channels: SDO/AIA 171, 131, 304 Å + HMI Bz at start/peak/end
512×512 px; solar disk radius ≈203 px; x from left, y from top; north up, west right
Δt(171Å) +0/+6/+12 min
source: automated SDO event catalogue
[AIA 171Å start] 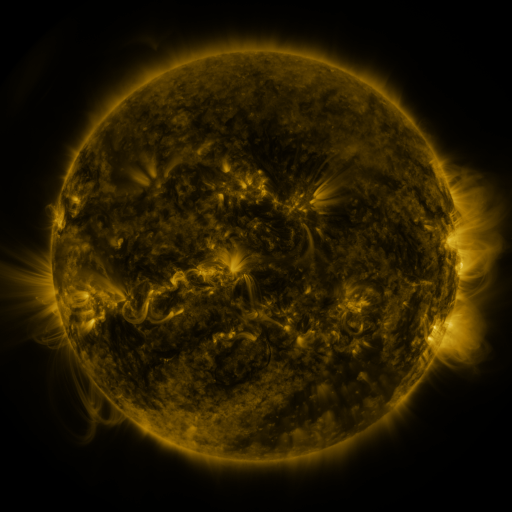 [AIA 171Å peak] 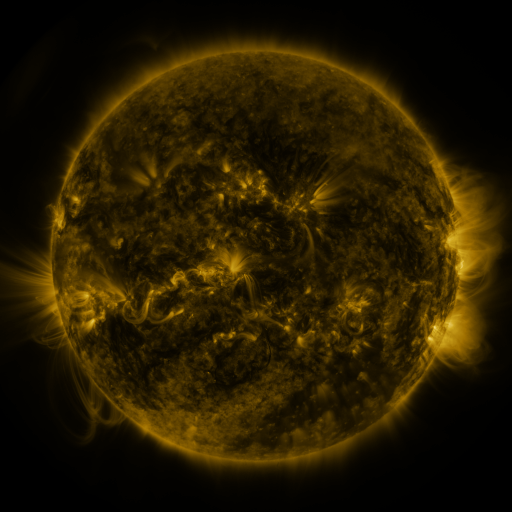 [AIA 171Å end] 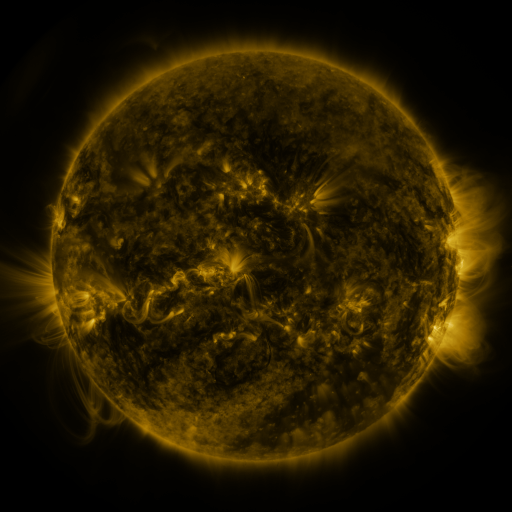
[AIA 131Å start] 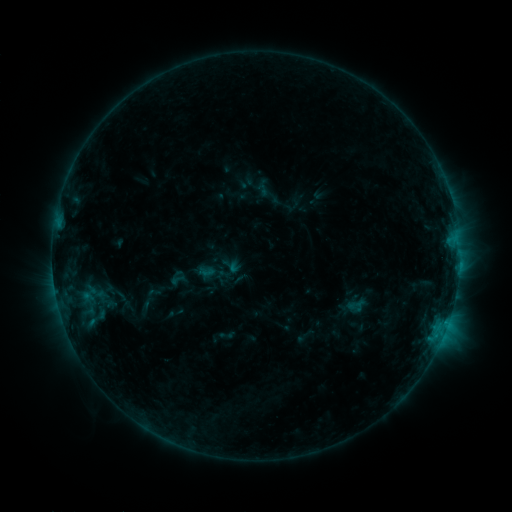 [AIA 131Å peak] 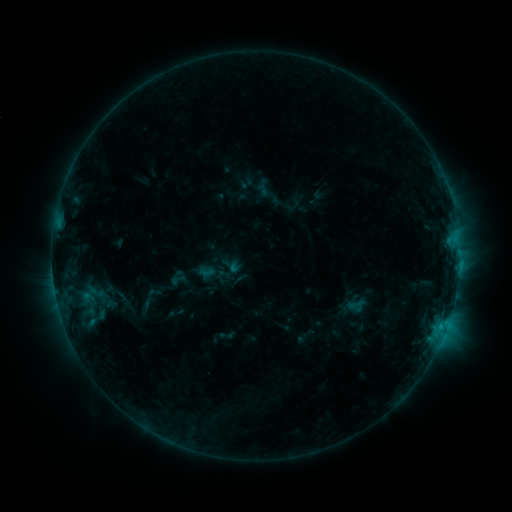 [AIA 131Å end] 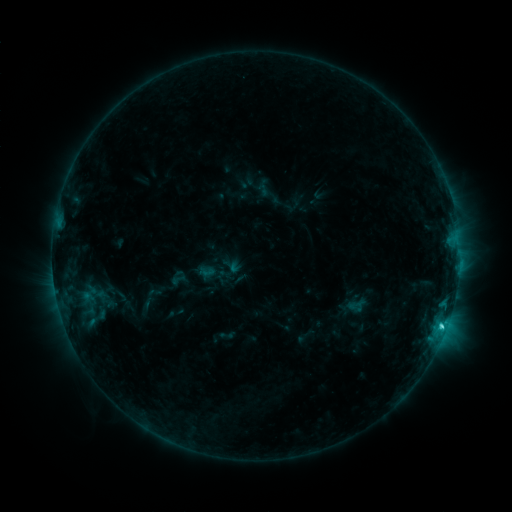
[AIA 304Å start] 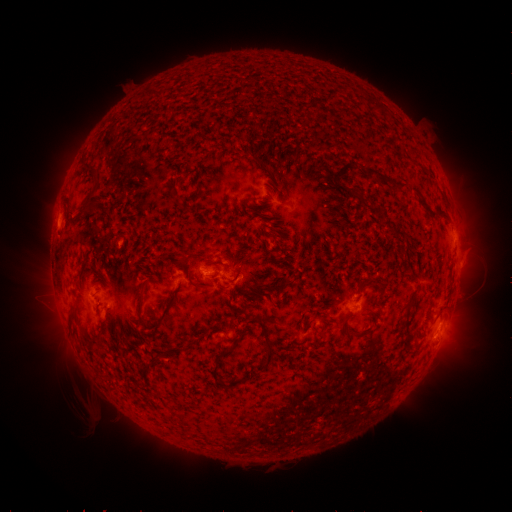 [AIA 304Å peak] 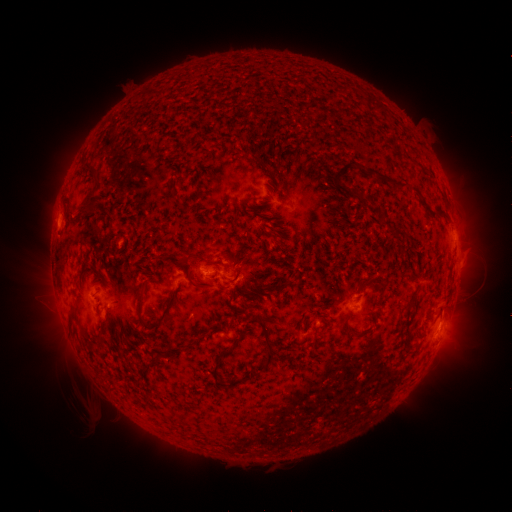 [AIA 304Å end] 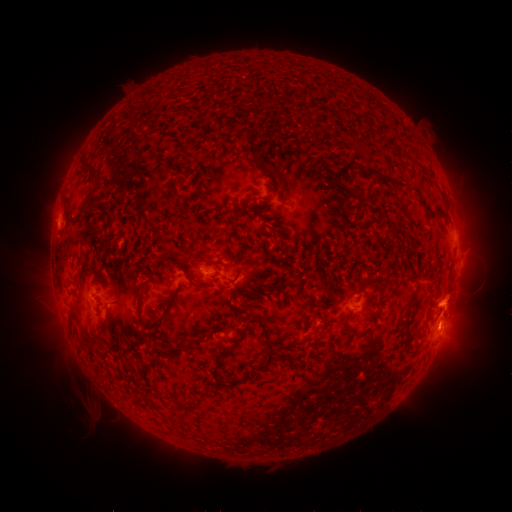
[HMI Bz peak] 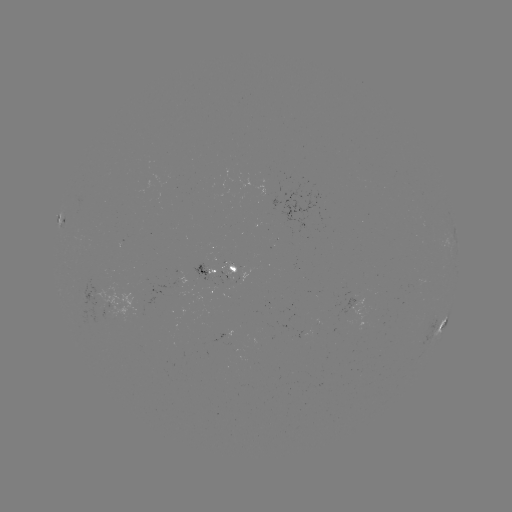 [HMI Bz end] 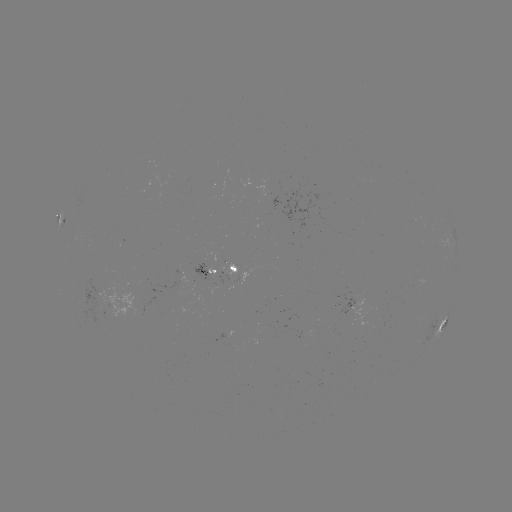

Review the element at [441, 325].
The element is C2.2 flare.